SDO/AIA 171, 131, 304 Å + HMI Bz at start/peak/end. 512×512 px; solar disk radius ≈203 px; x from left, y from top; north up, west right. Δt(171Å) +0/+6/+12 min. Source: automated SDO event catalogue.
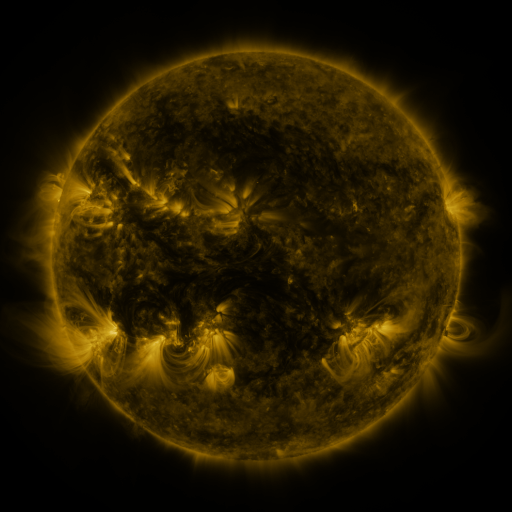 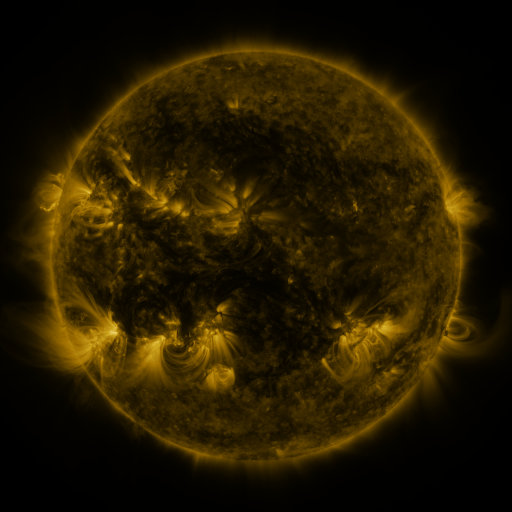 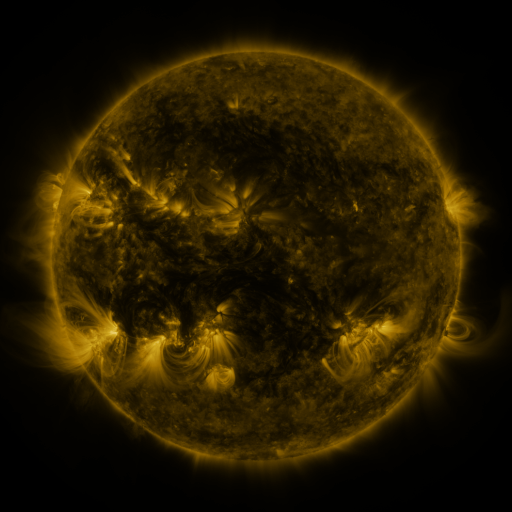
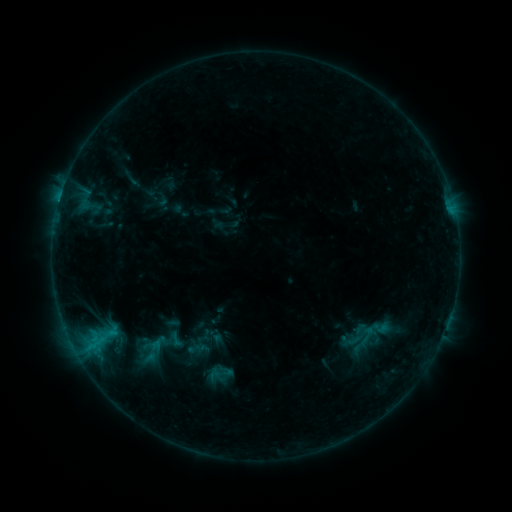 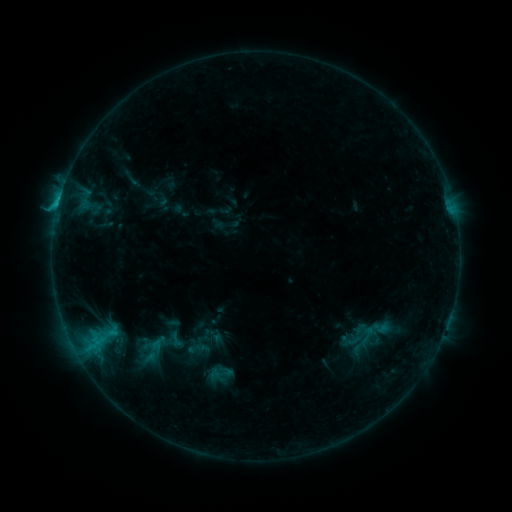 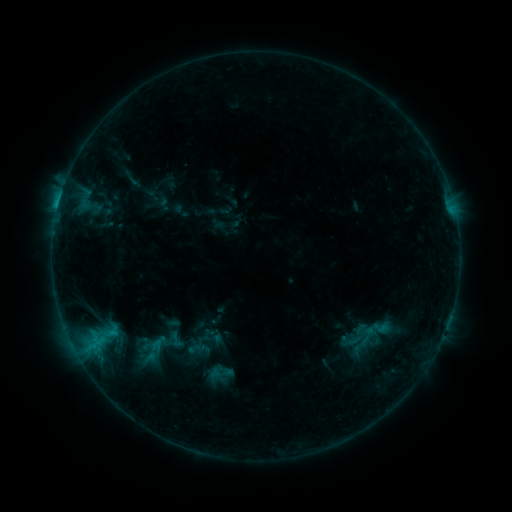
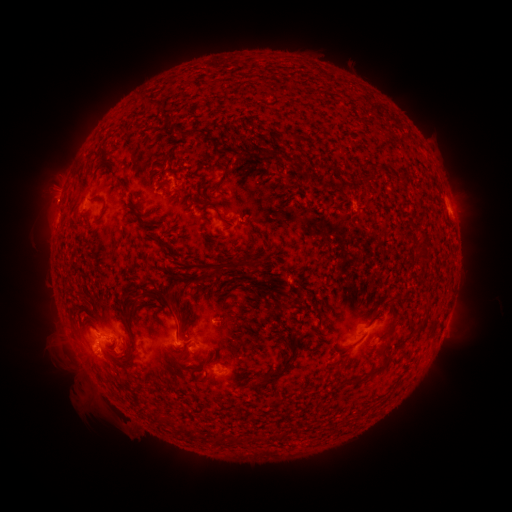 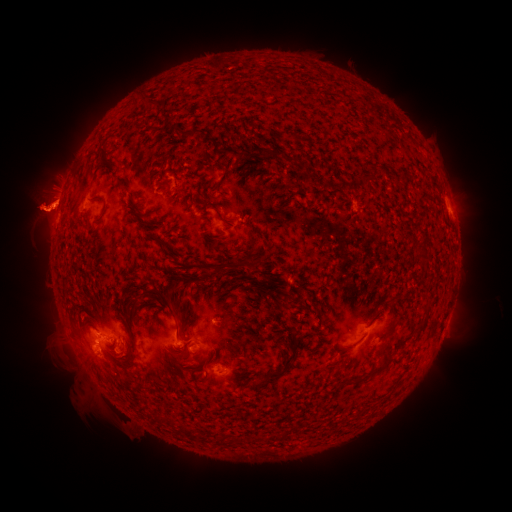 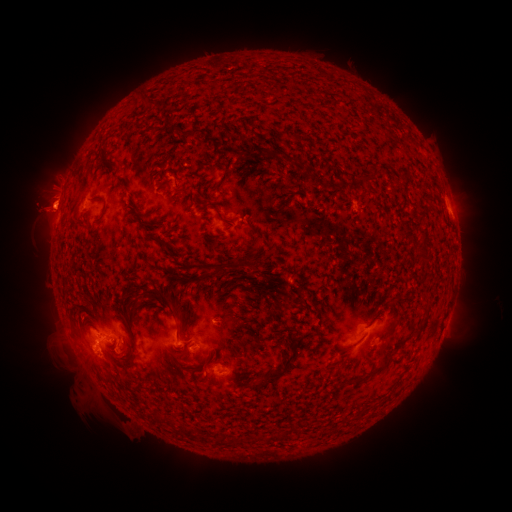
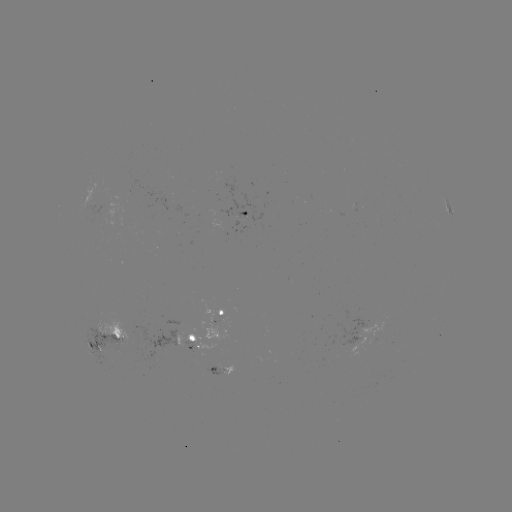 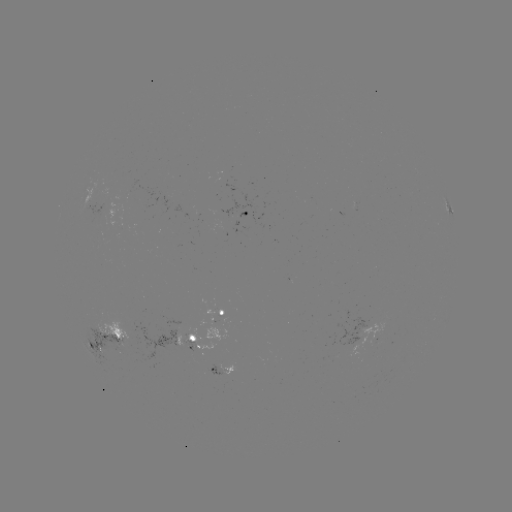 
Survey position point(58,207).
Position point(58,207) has C1.1 flare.